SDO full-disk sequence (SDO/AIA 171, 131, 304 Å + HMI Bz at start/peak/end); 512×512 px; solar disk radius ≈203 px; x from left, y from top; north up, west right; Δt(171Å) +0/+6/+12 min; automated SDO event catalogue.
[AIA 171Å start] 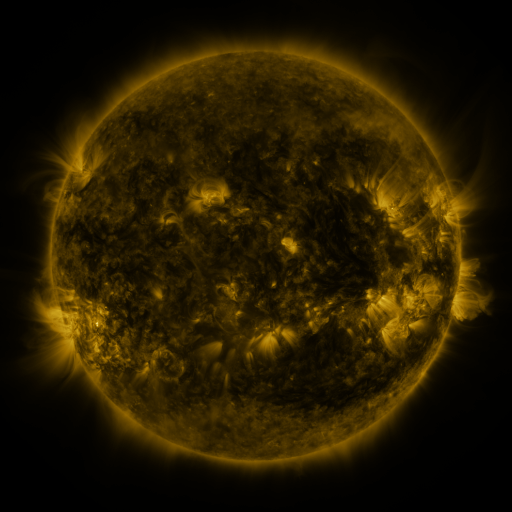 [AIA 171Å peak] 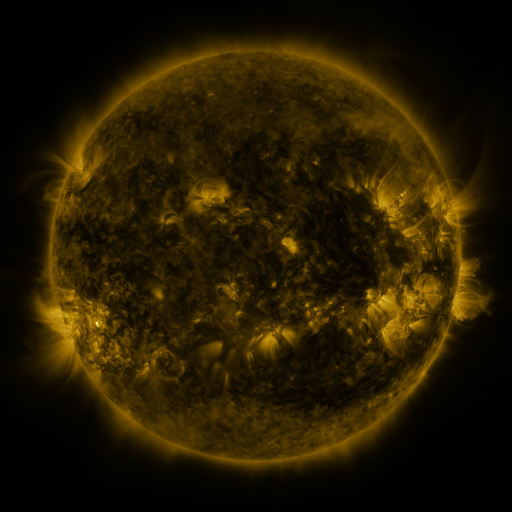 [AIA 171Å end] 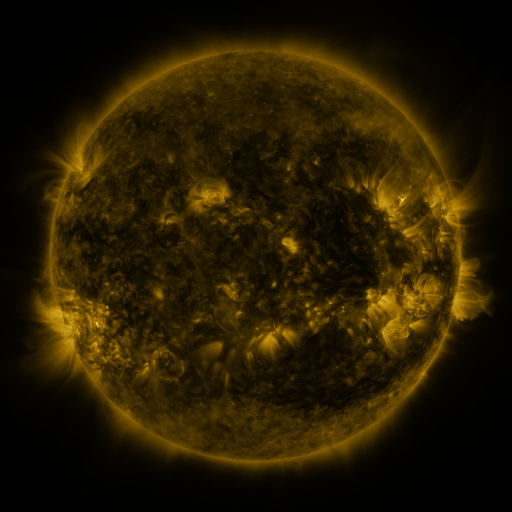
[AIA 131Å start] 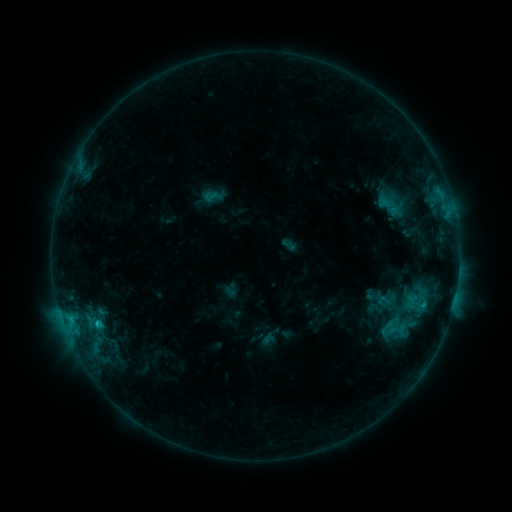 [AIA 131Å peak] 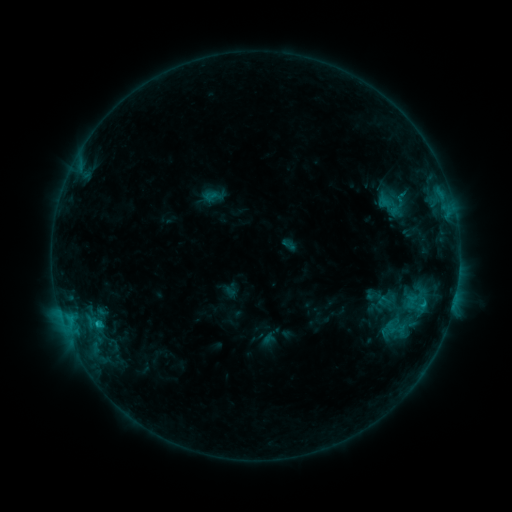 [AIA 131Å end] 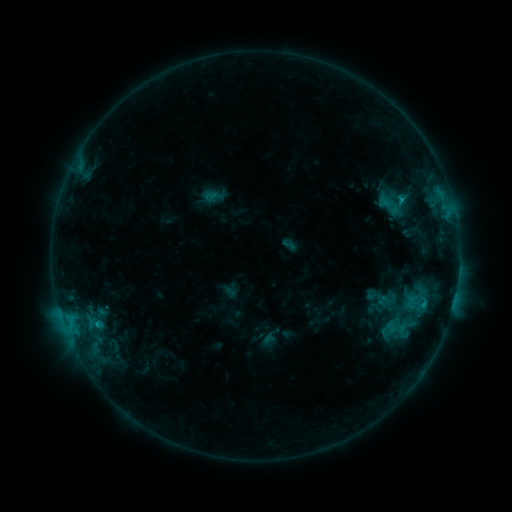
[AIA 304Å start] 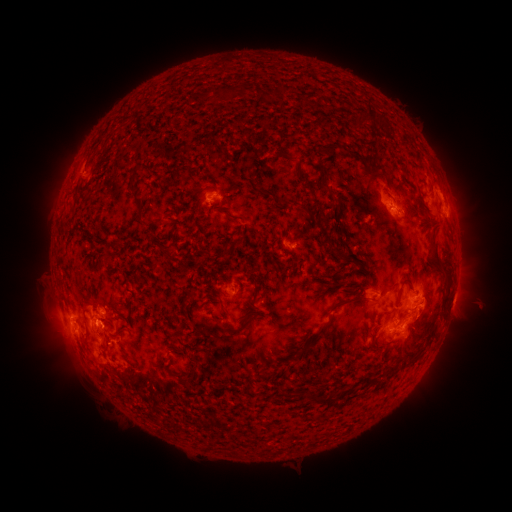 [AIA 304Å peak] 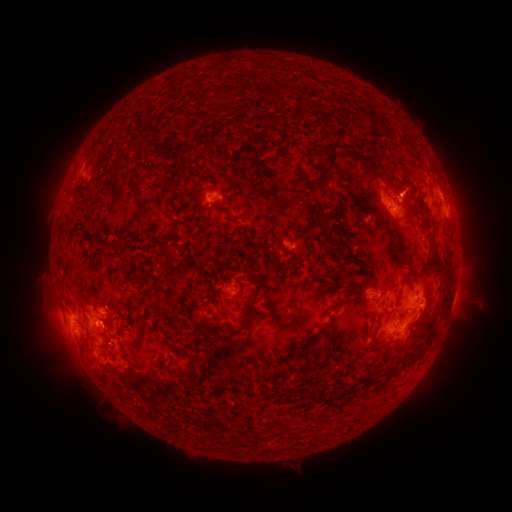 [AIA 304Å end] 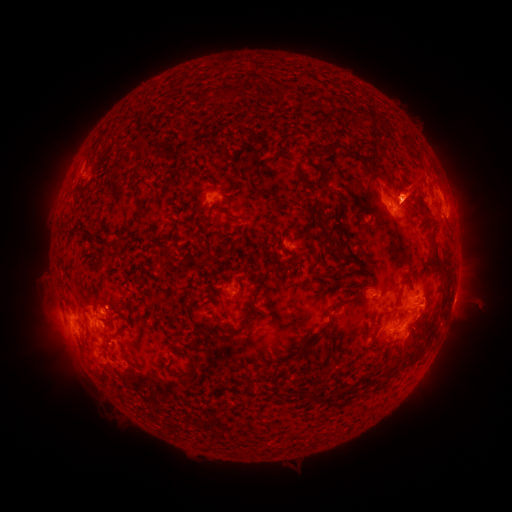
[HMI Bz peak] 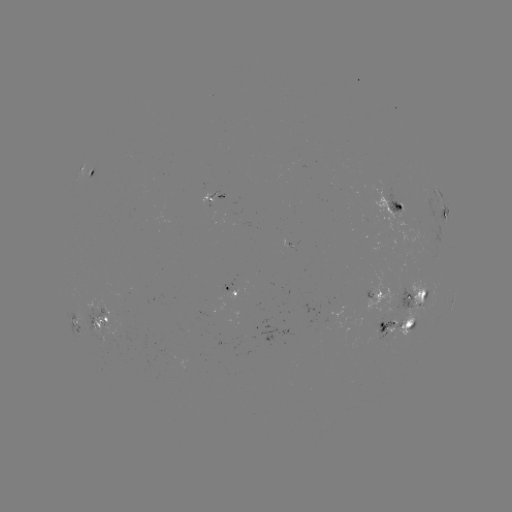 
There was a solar eruption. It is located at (411, 190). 